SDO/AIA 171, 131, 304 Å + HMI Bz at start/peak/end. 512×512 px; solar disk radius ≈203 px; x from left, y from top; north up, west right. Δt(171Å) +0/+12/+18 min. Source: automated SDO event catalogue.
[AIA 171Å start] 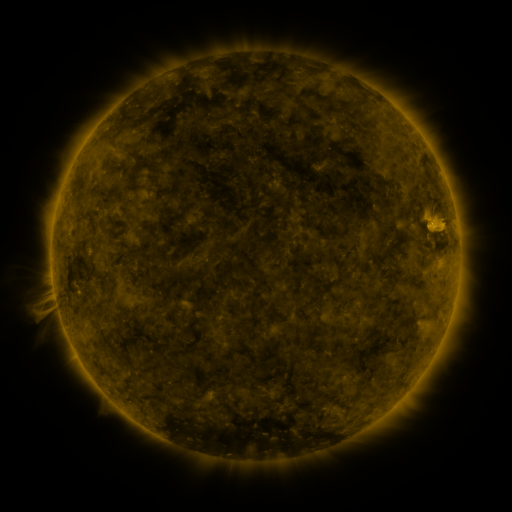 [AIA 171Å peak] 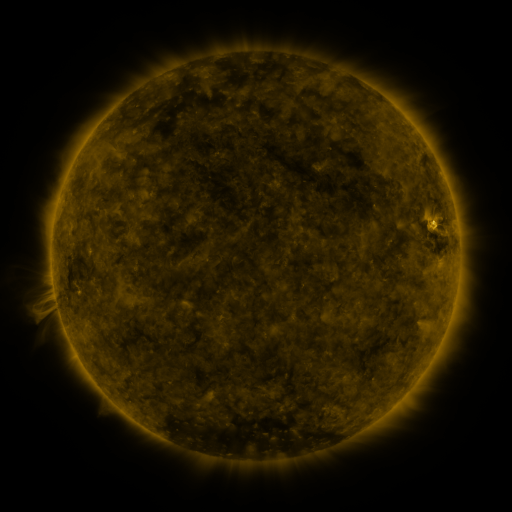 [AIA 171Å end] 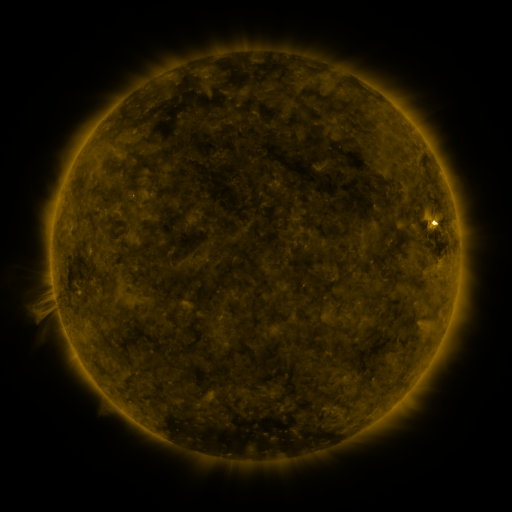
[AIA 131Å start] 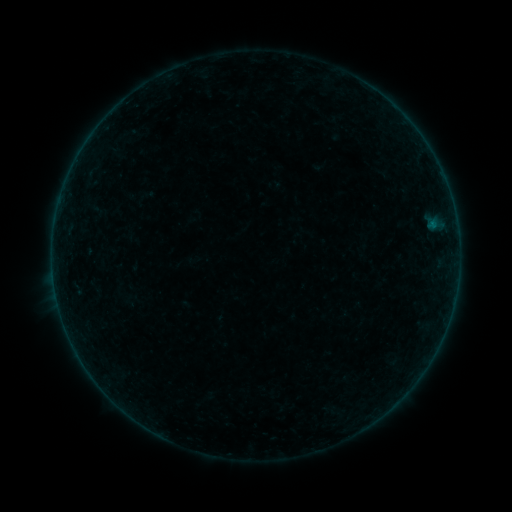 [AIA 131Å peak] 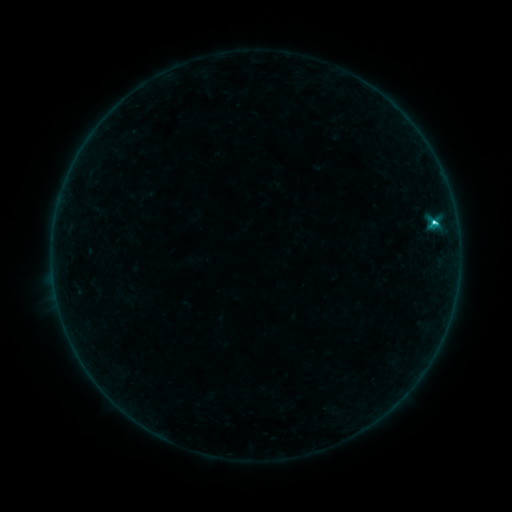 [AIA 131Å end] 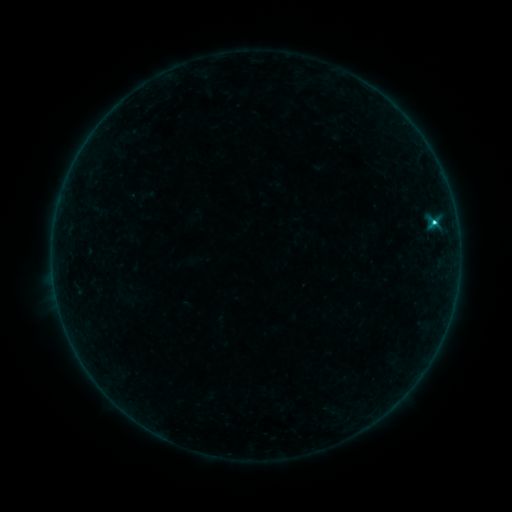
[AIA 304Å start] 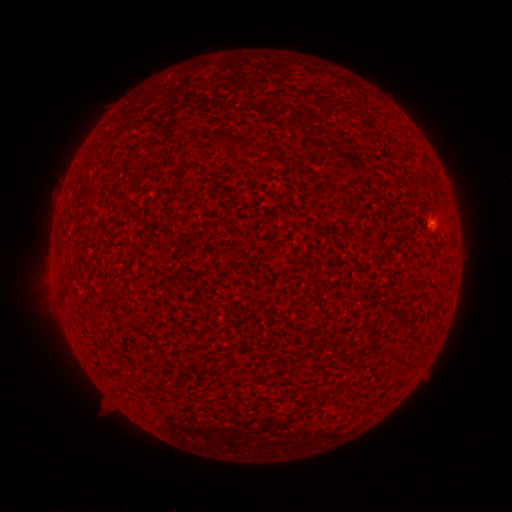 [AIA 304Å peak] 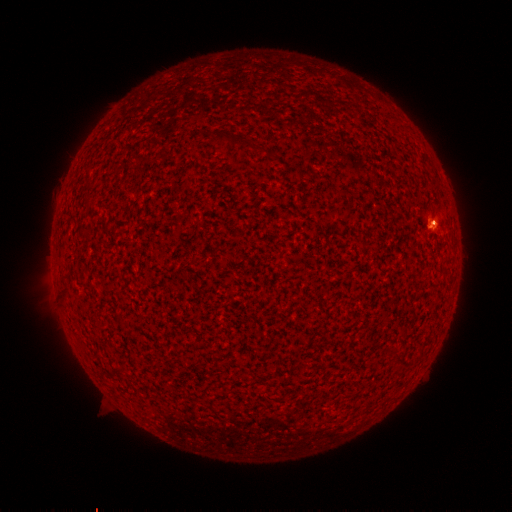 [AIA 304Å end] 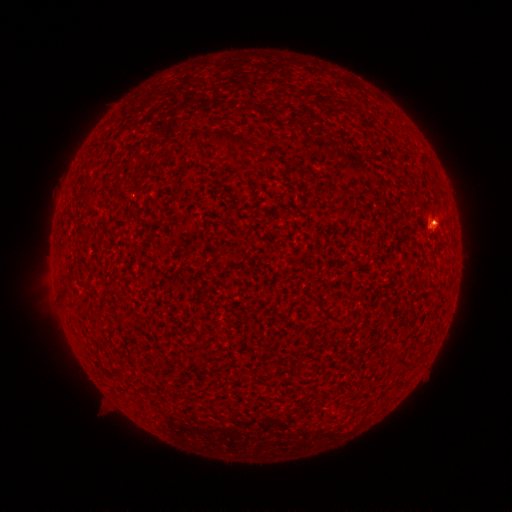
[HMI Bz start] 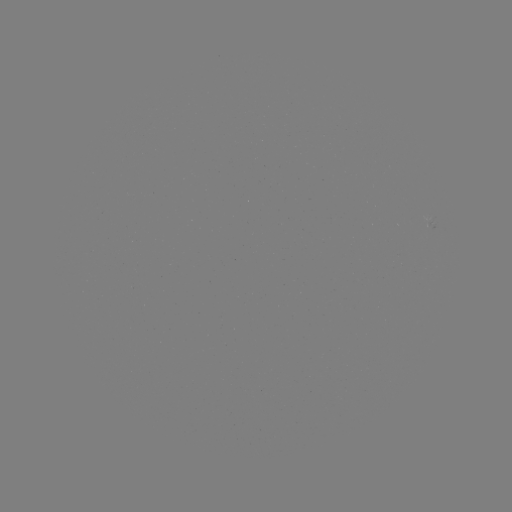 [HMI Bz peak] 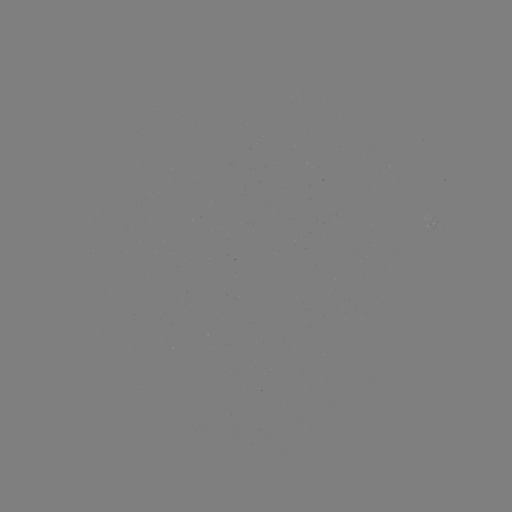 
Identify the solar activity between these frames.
C1.9 flare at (433, 226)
